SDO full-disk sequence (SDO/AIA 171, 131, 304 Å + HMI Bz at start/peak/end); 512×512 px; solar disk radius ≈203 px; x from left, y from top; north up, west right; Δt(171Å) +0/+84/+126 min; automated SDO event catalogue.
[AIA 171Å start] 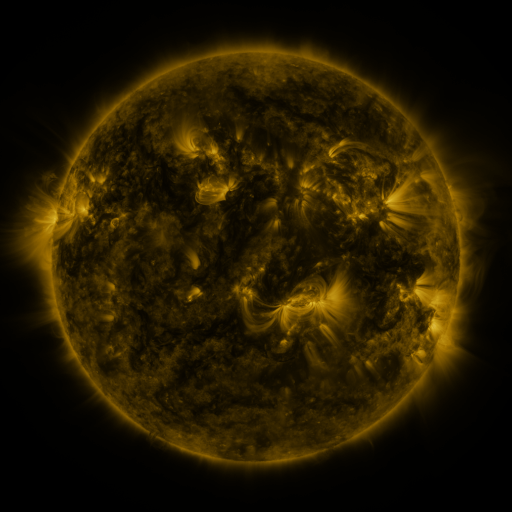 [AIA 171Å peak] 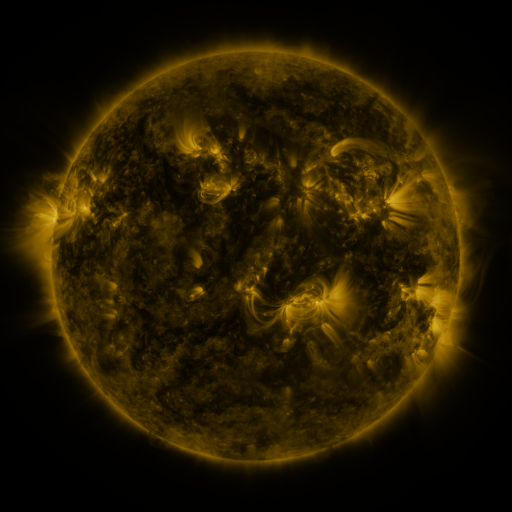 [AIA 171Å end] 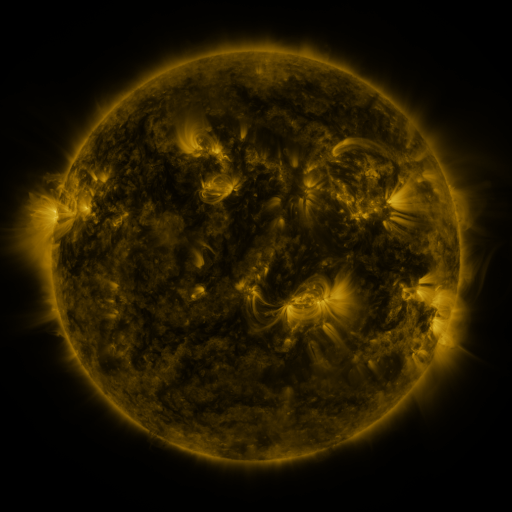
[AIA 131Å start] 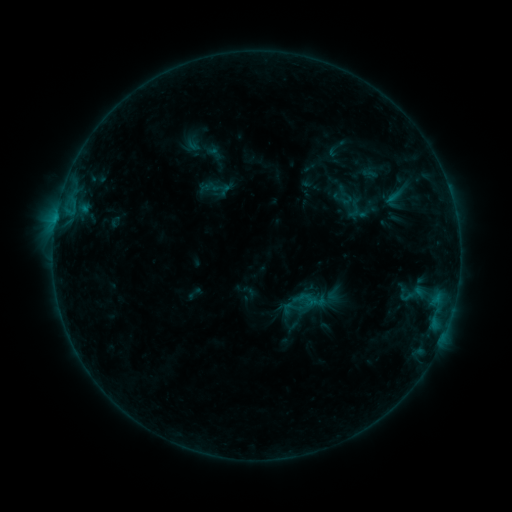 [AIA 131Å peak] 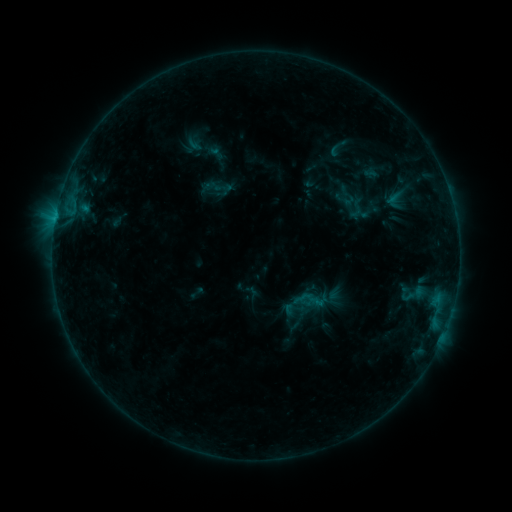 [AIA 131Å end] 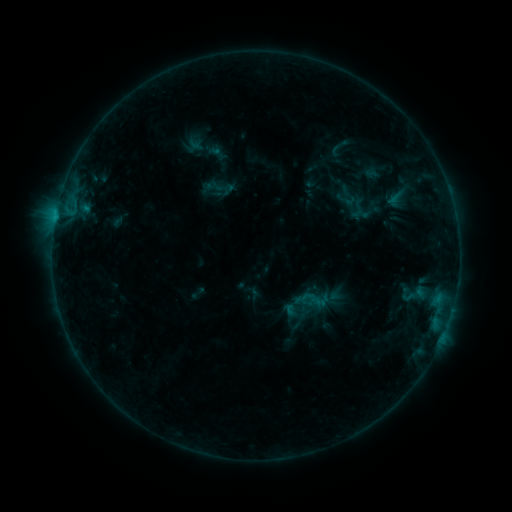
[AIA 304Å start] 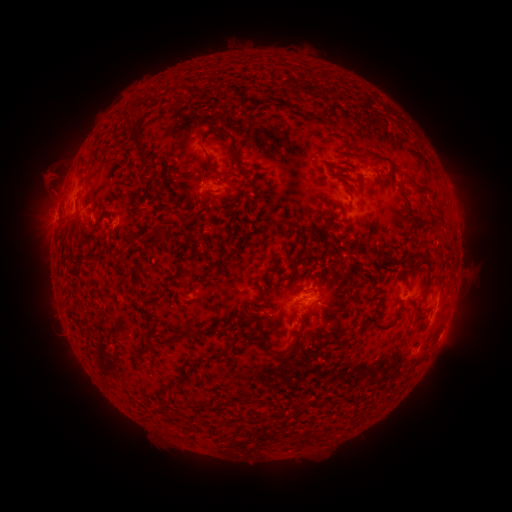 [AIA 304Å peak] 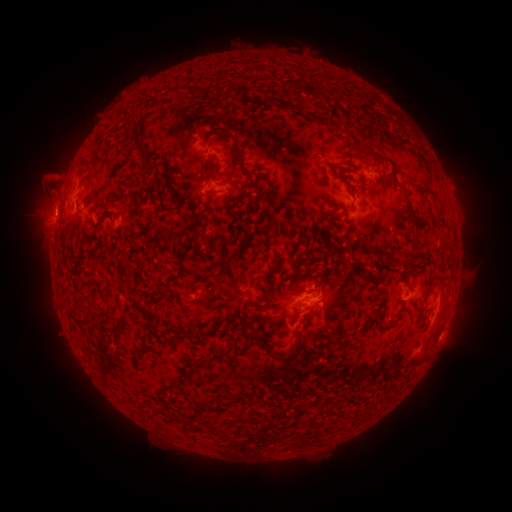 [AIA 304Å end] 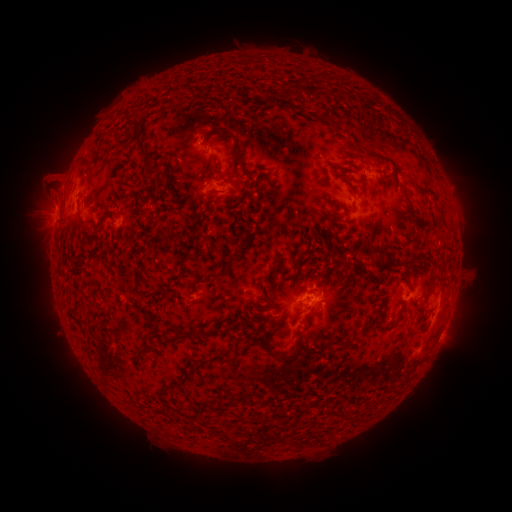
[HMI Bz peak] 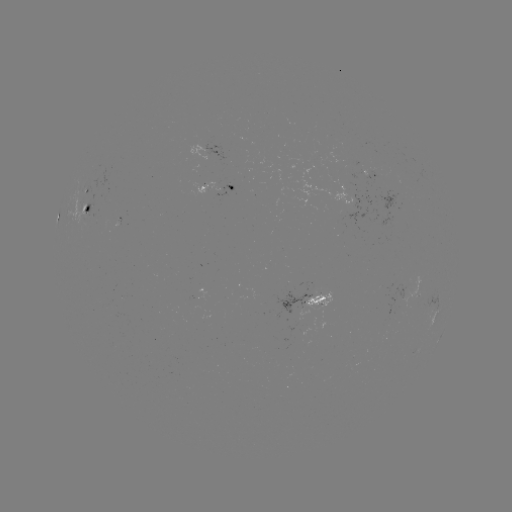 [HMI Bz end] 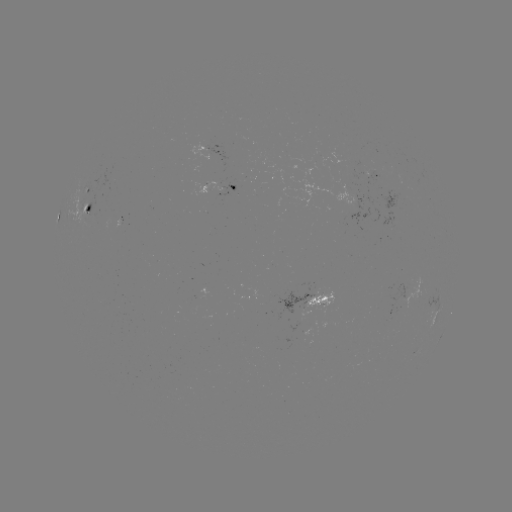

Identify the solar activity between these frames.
emerging-flux region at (359, 164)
